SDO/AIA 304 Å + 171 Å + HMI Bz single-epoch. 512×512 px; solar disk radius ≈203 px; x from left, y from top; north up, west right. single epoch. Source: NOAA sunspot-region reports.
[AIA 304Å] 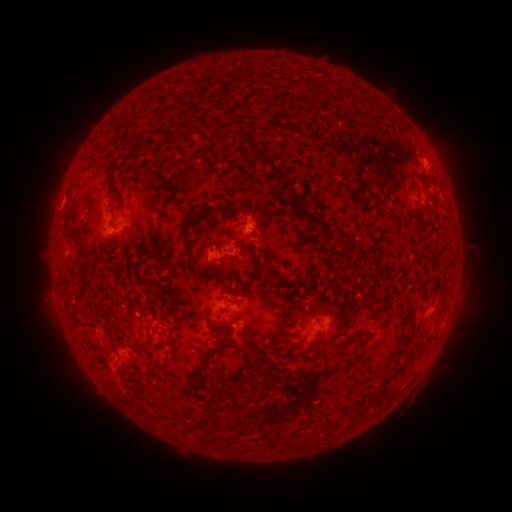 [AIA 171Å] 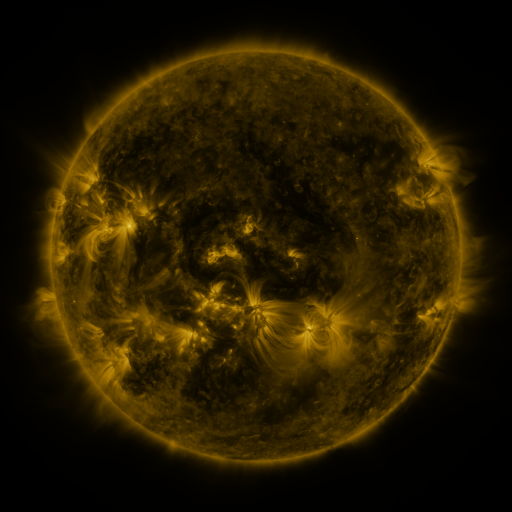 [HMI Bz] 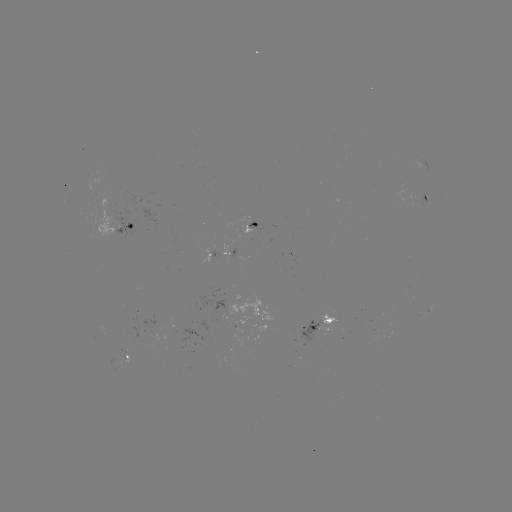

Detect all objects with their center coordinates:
spotted active region: (421, 161)
spotted active region: (427, 195)
spotted active region: (256, 223)
spotted active region: (128, 226)
spotted active region: (227, 251)
spotted active region: (431, 307)
spotted active region: (320, 324)
spotted active region: (126, 358)
